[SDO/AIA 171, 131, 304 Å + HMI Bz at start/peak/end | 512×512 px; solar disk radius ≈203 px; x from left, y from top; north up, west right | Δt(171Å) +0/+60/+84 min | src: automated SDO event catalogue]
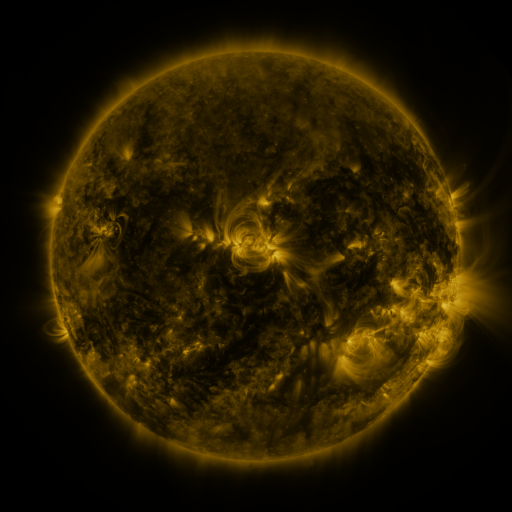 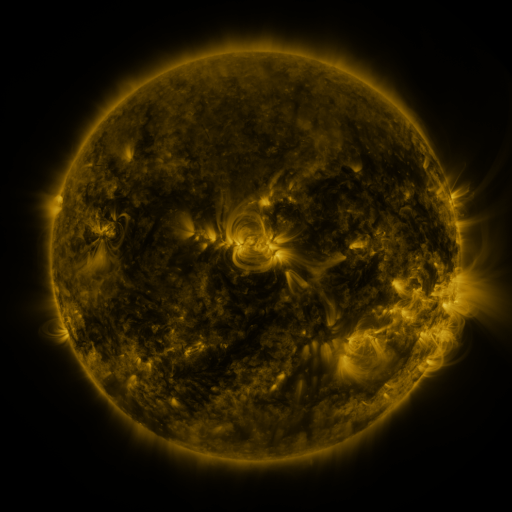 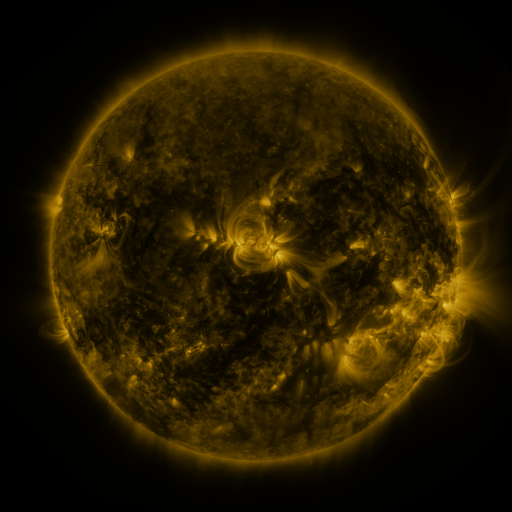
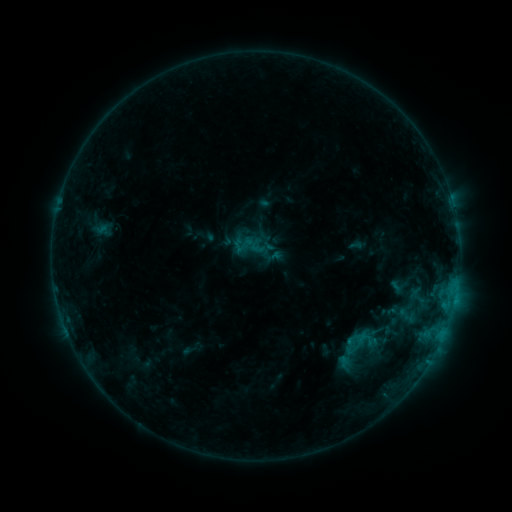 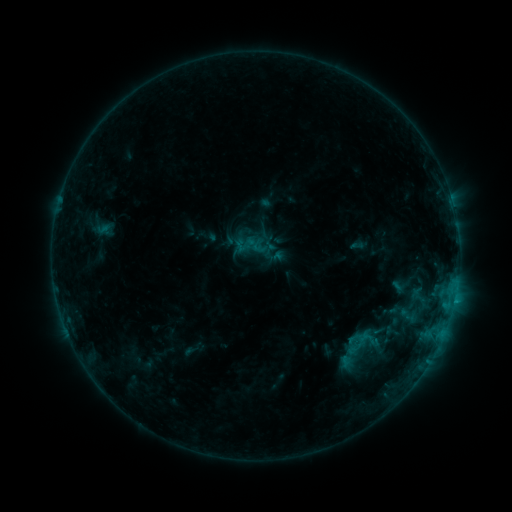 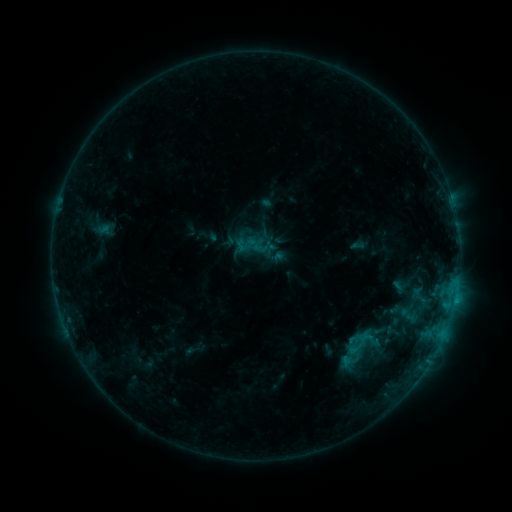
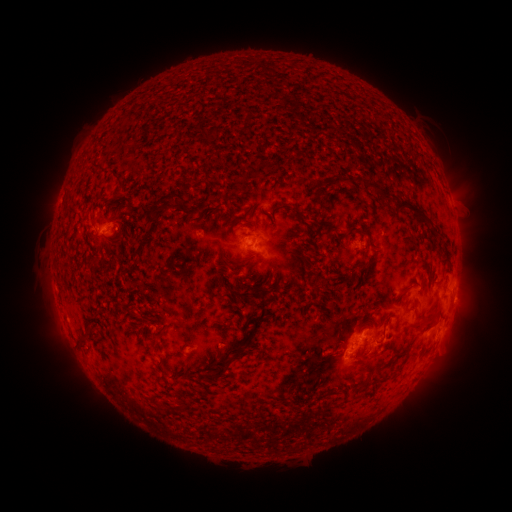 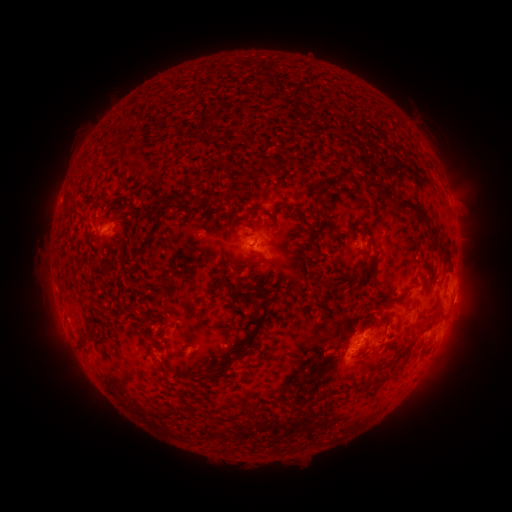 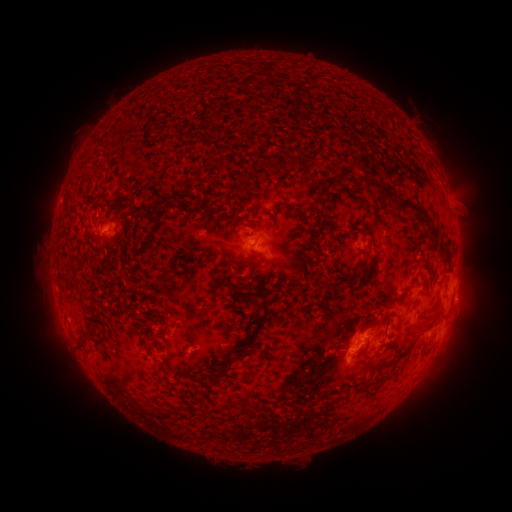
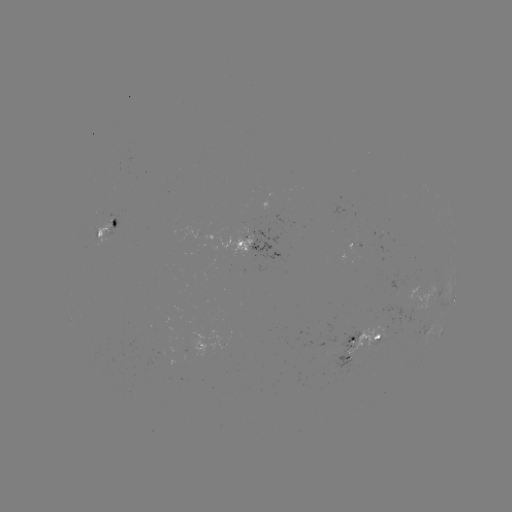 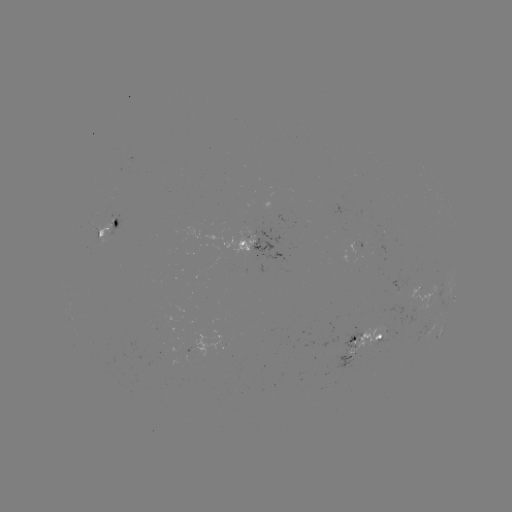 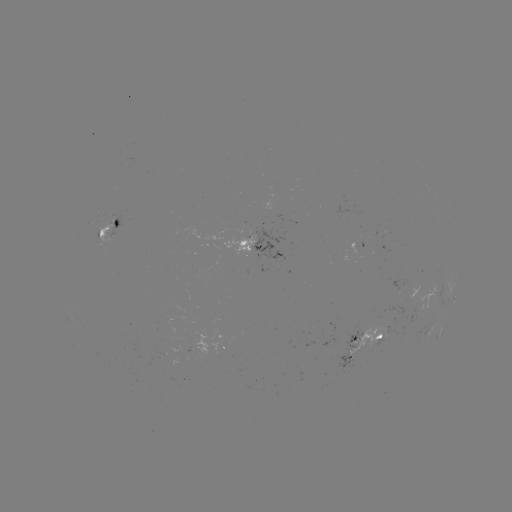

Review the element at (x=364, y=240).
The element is emerging-flux region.